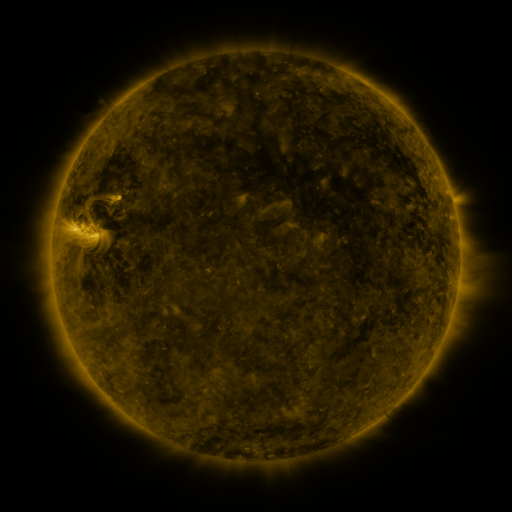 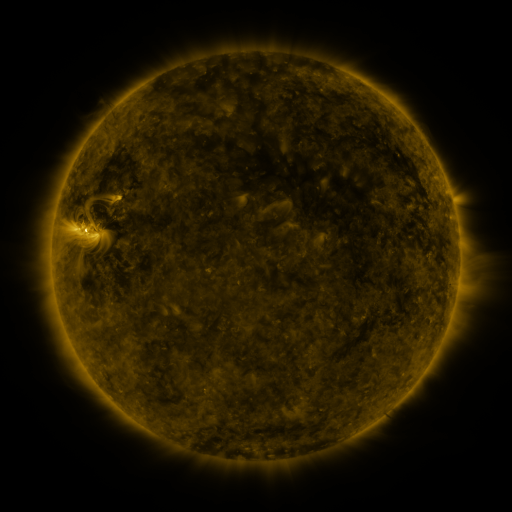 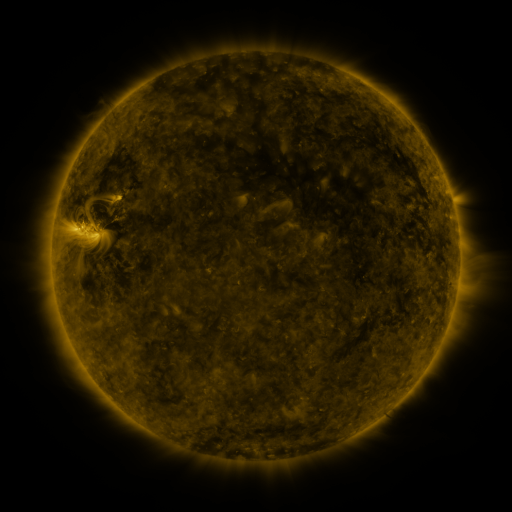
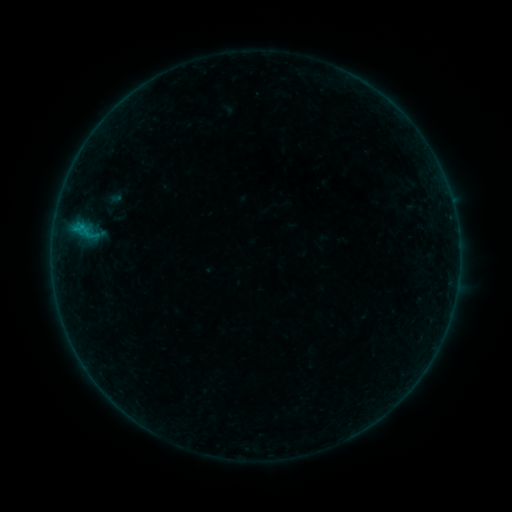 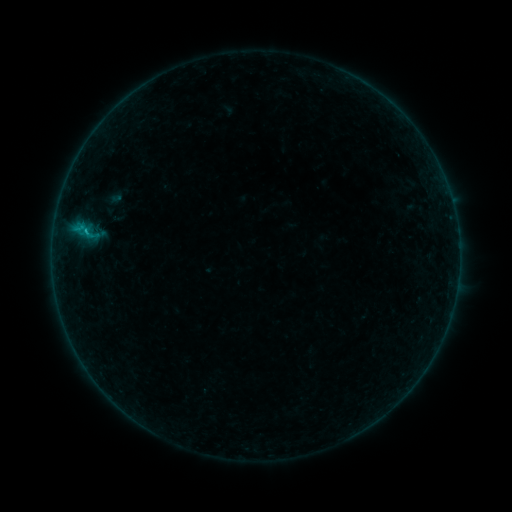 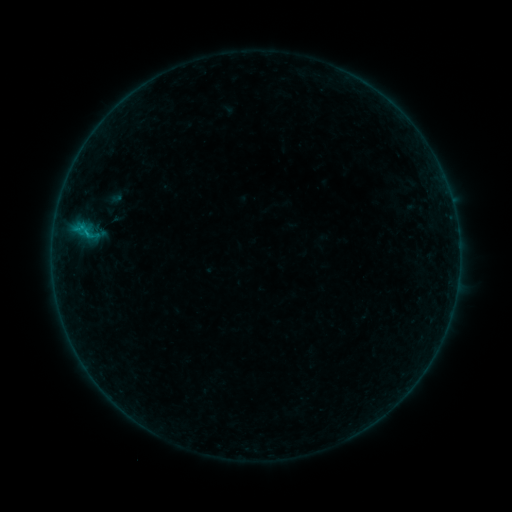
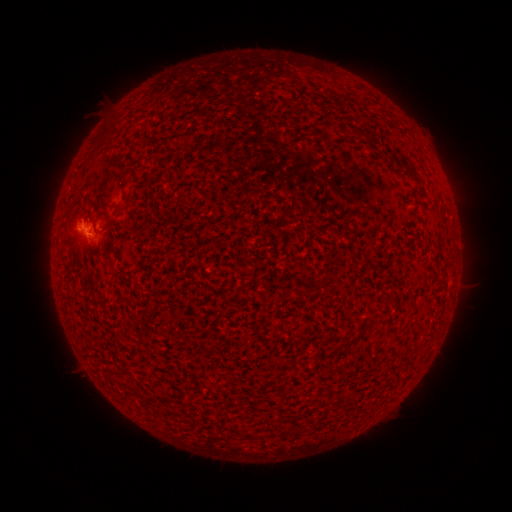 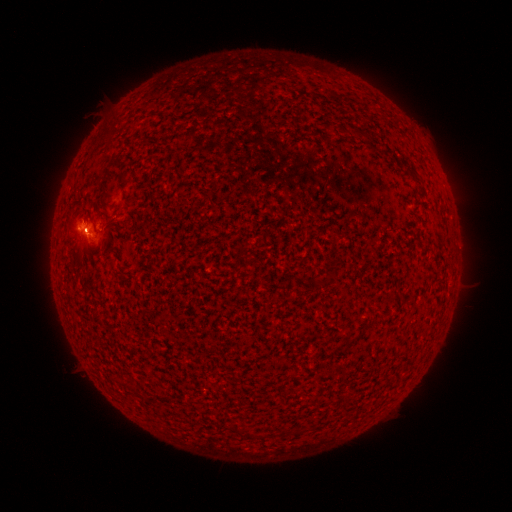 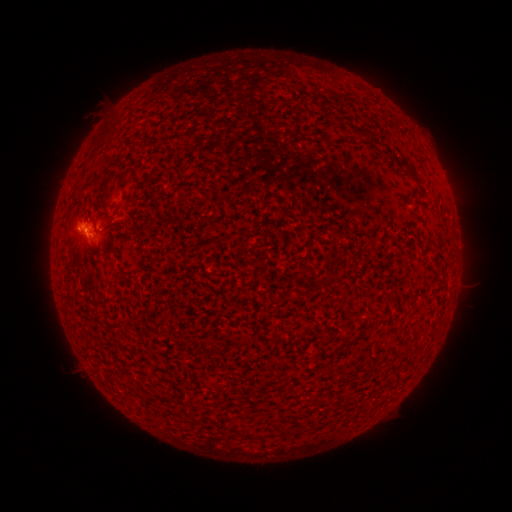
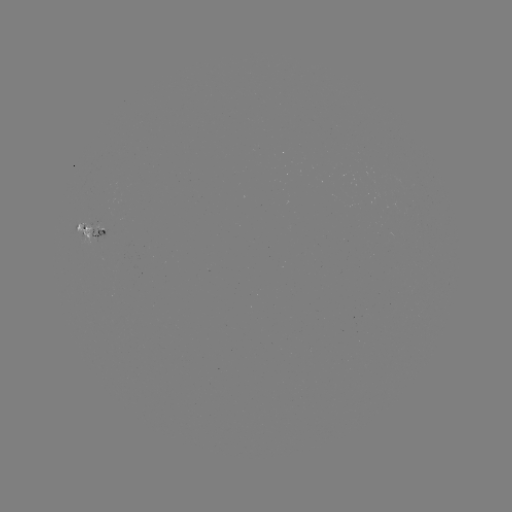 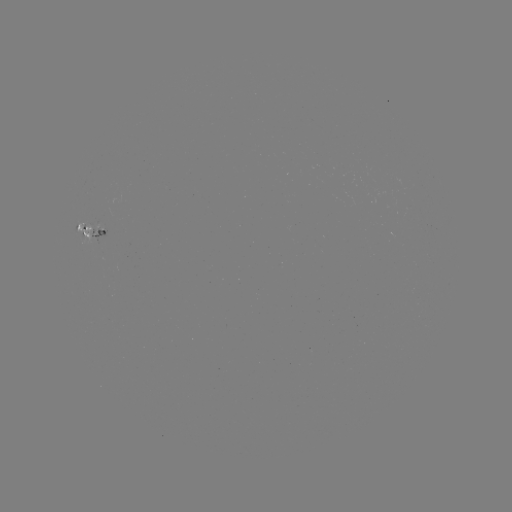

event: flare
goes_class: B3.5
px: (87, 233)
